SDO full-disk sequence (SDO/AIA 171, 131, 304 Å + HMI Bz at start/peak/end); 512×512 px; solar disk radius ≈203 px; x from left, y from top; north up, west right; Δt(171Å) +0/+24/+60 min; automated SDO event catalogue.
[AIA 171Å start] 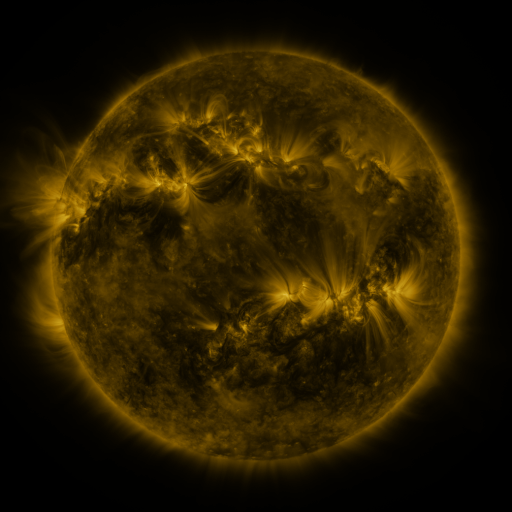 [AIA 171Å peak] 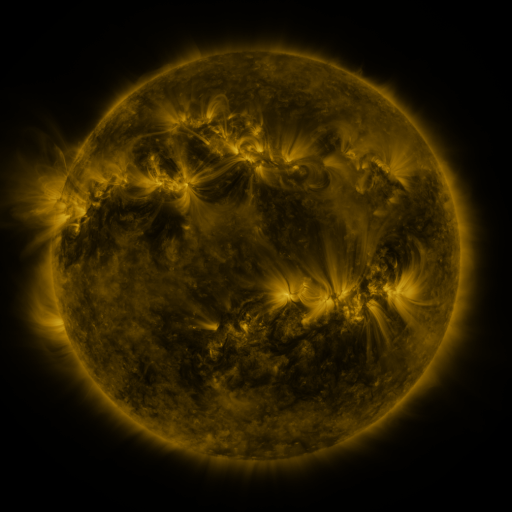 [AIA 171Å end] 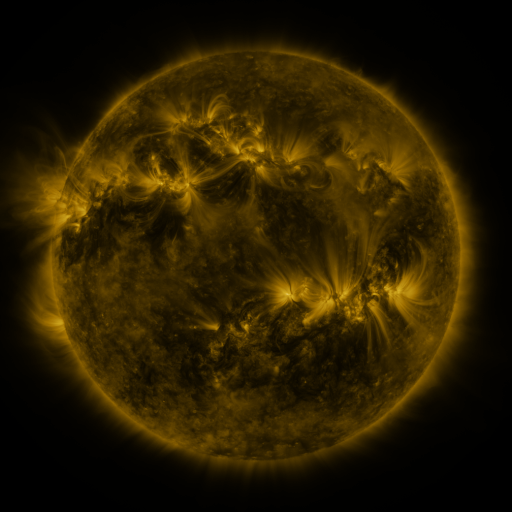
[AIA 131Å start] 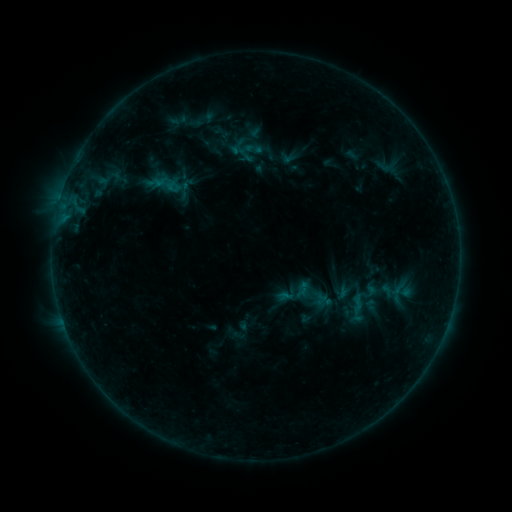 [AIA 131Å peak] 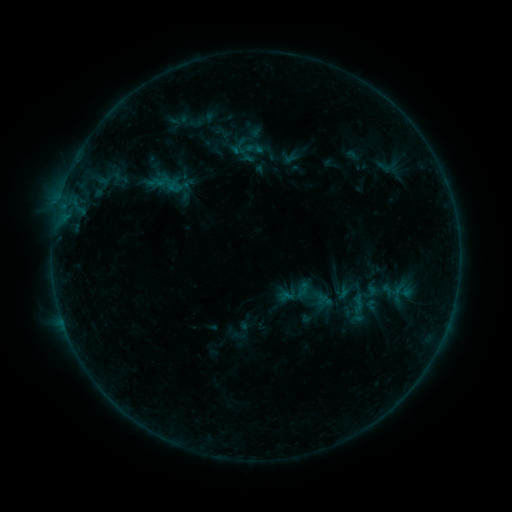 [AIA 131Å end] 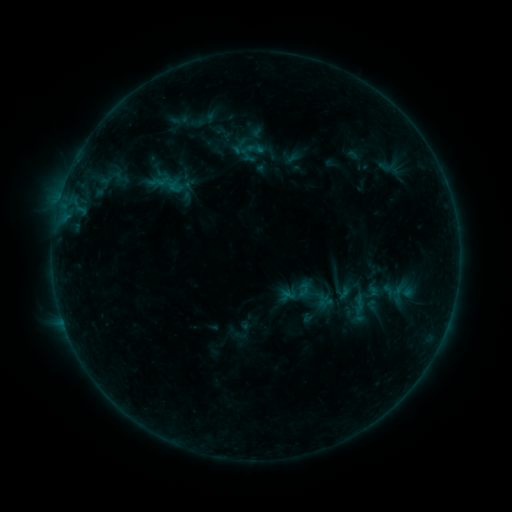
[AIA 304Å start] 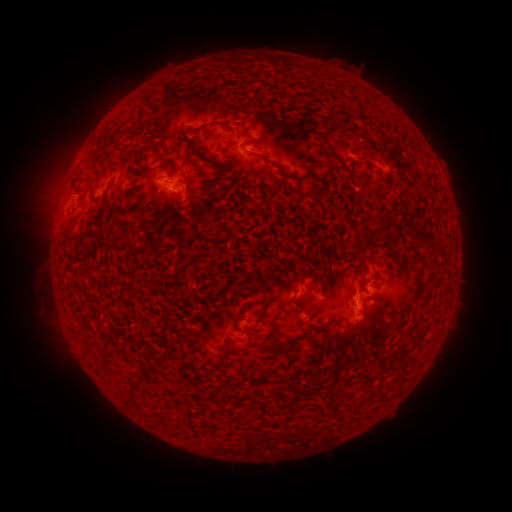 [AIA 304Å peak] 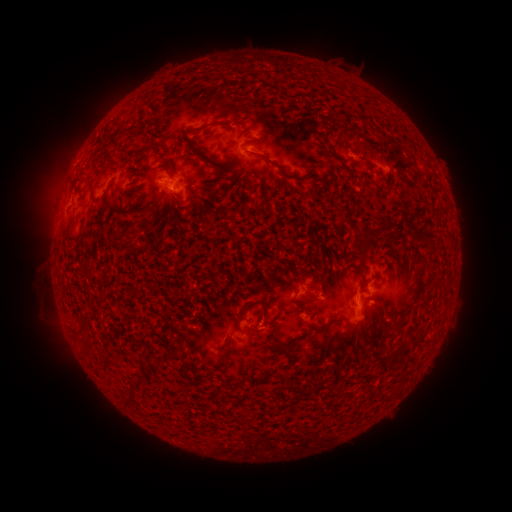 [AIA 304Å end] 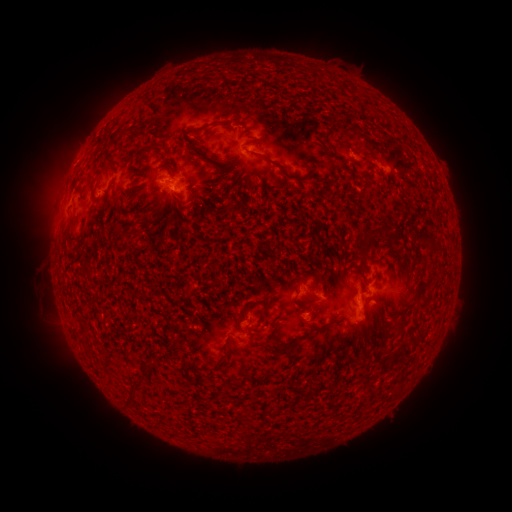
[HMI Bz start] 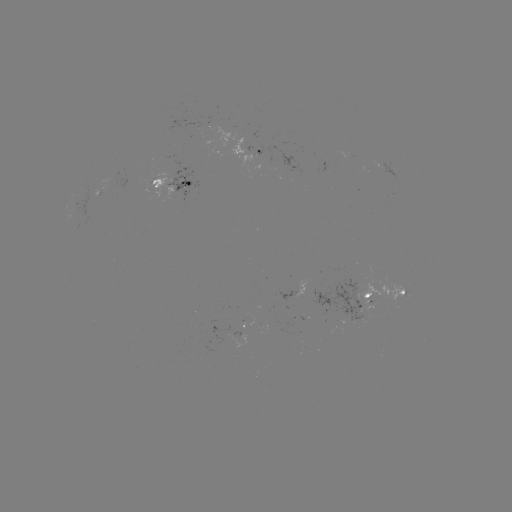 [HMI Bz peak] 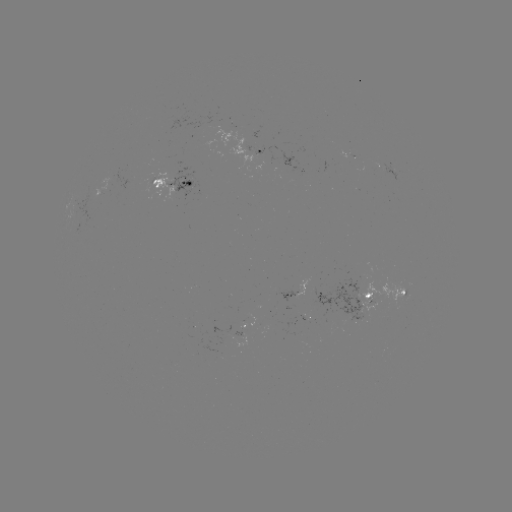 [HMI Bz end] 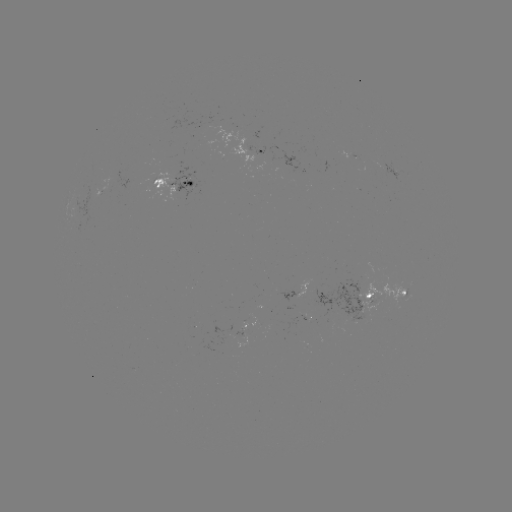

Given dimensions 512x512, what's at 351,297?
emerging-flux region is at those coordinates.